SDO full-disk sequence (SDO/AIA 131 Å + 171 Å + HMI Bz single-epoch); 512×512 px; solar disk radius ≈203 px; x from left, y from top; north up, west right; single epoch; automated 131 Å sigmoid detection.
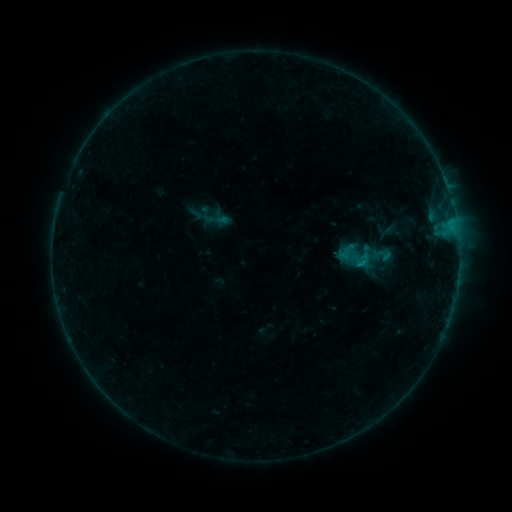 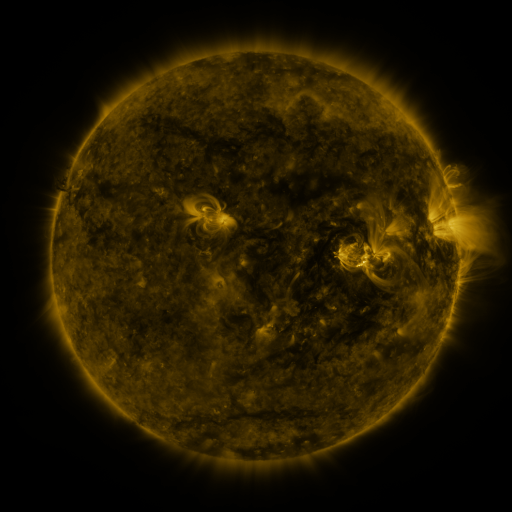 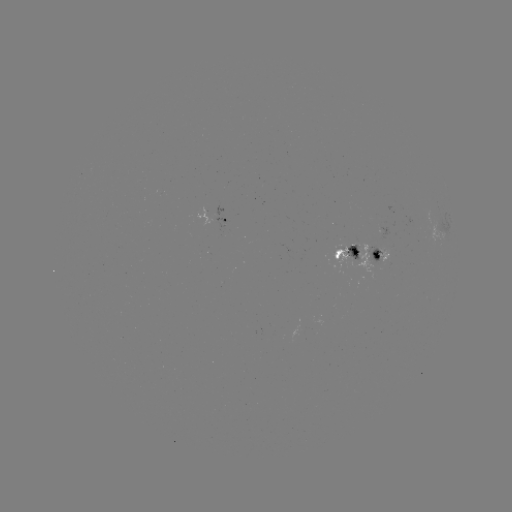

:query sigmoid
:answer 356,258